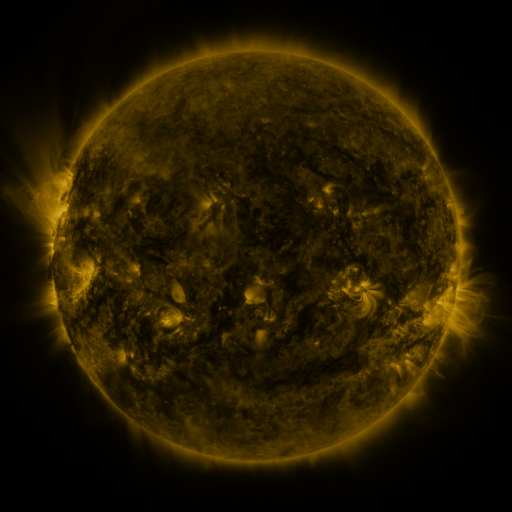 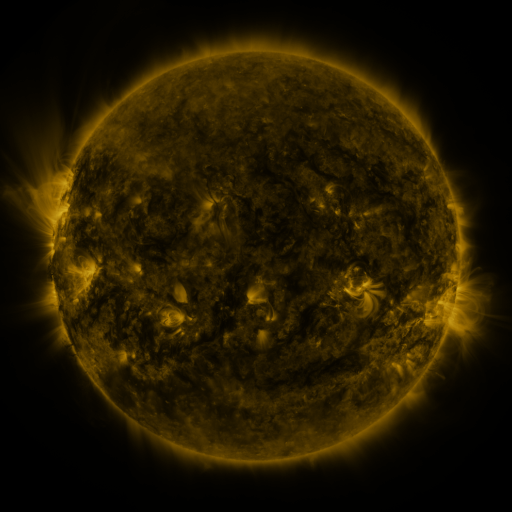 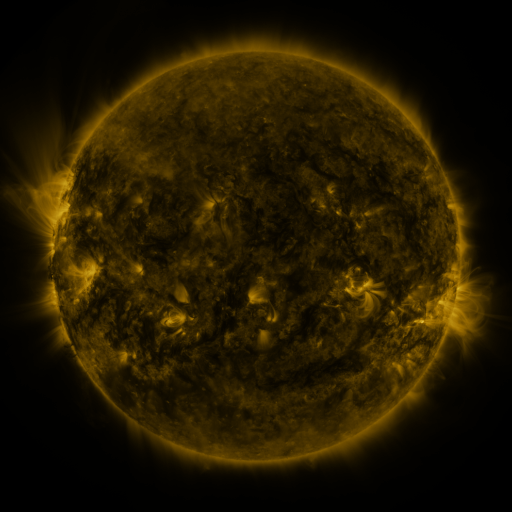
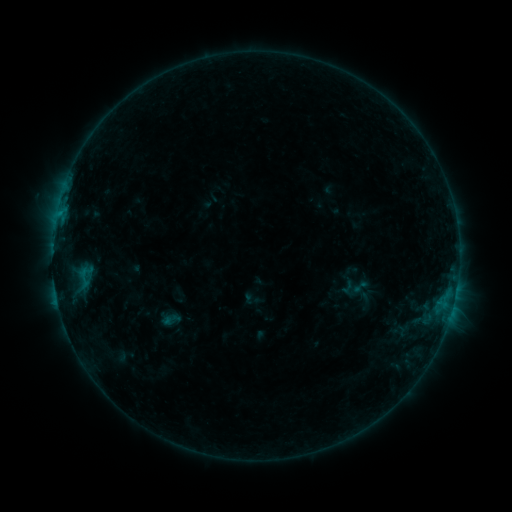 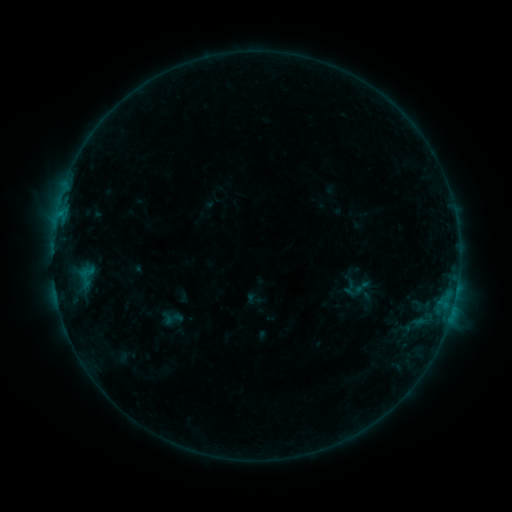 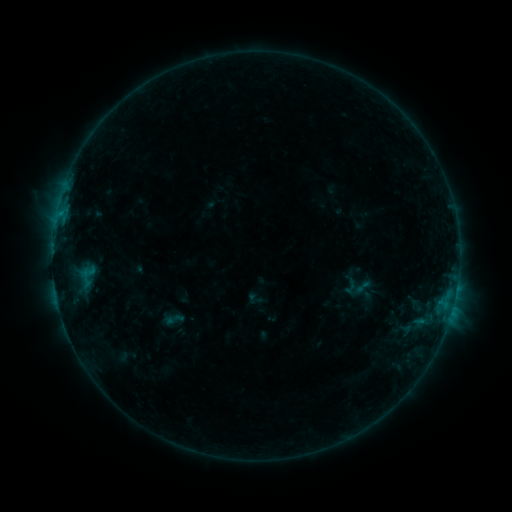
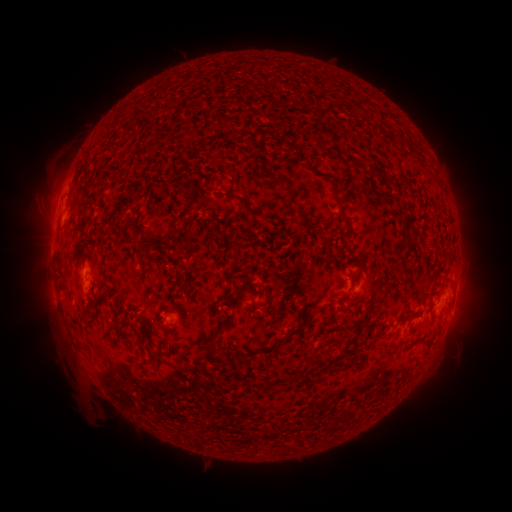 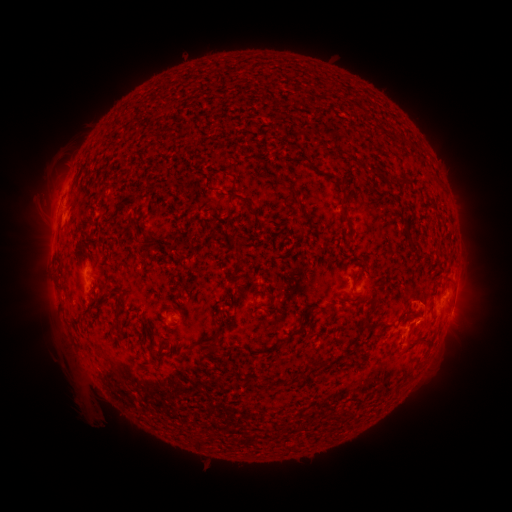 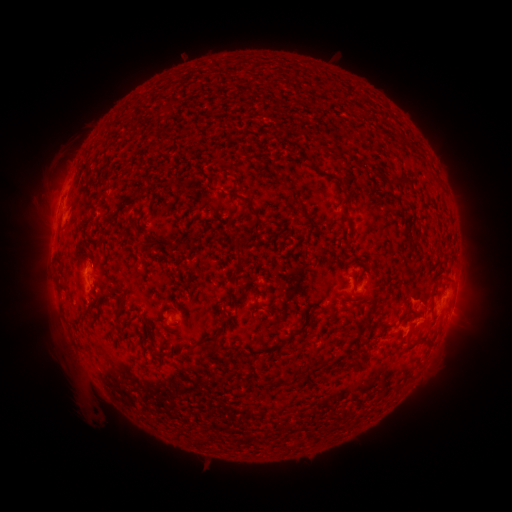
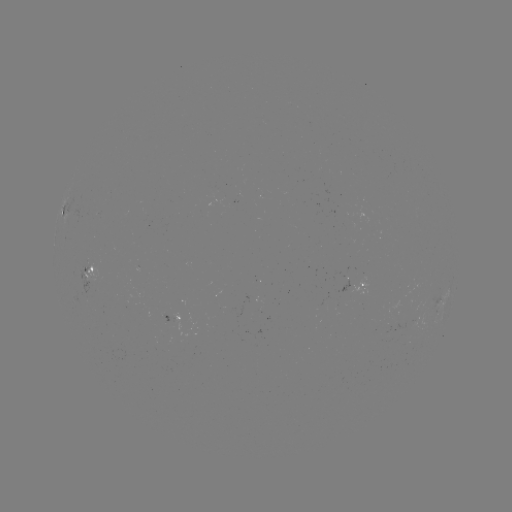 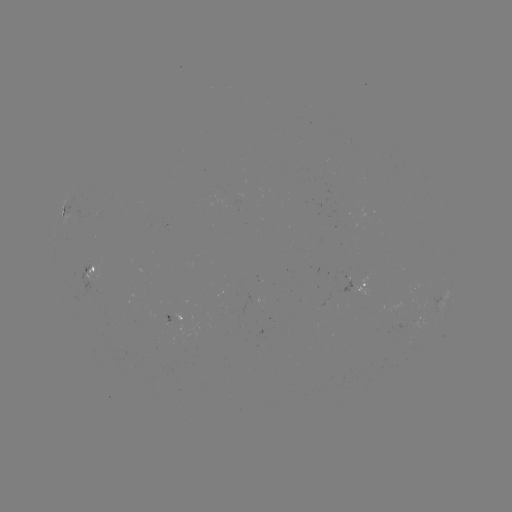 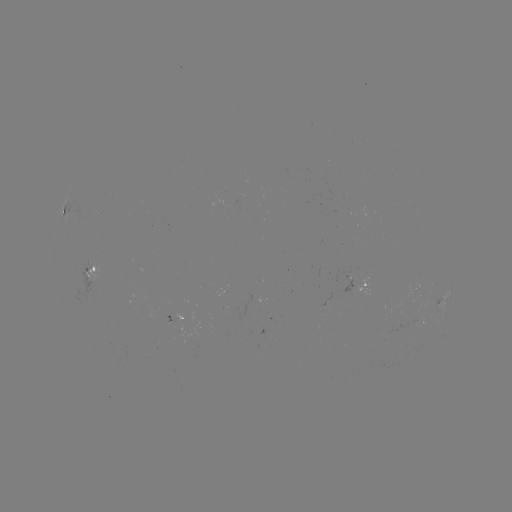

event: emerging-flux region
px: (177, 320)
